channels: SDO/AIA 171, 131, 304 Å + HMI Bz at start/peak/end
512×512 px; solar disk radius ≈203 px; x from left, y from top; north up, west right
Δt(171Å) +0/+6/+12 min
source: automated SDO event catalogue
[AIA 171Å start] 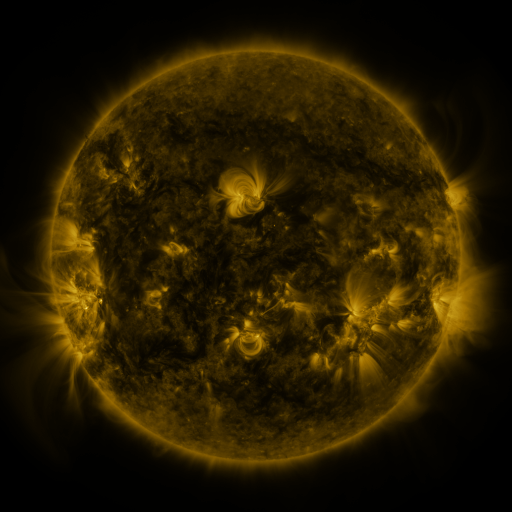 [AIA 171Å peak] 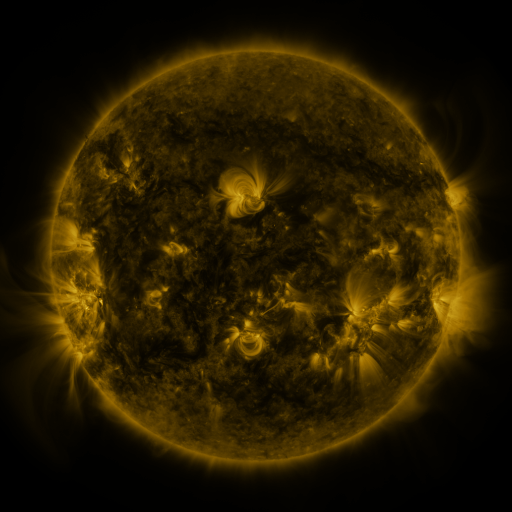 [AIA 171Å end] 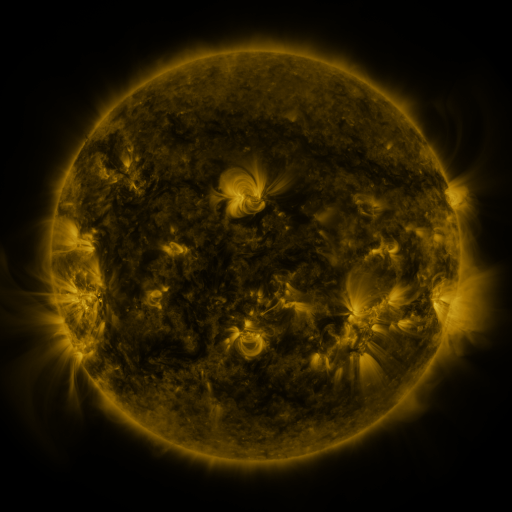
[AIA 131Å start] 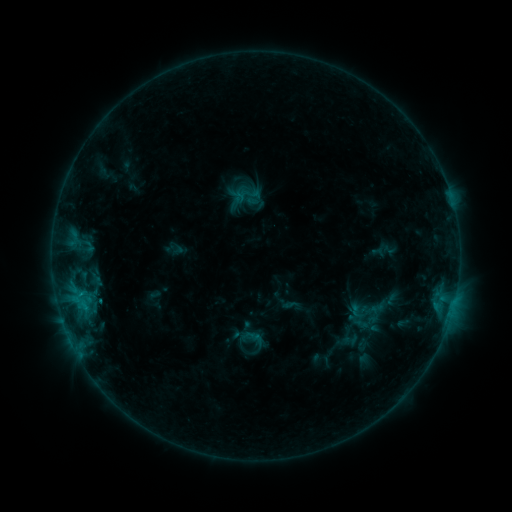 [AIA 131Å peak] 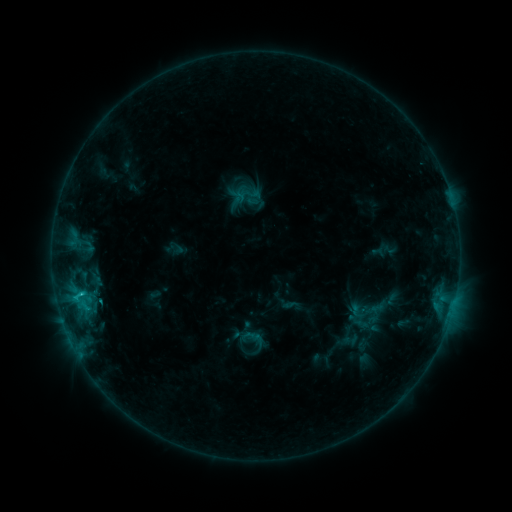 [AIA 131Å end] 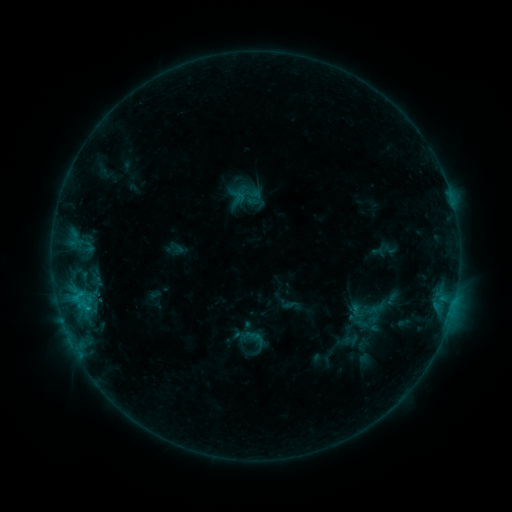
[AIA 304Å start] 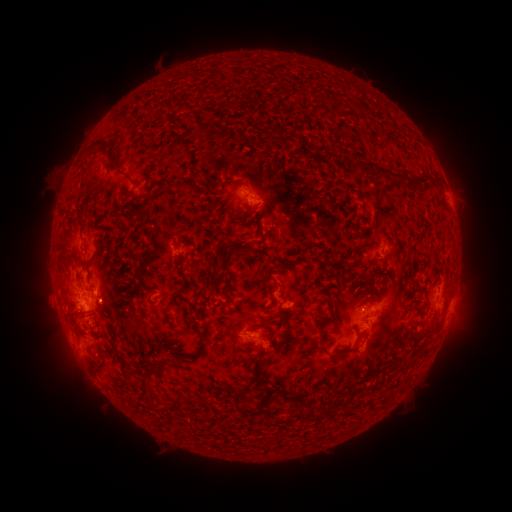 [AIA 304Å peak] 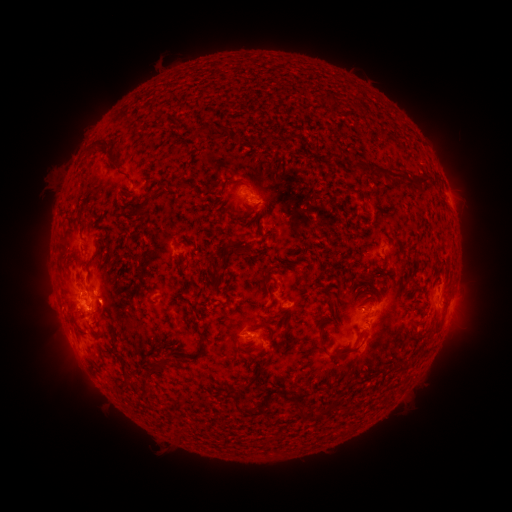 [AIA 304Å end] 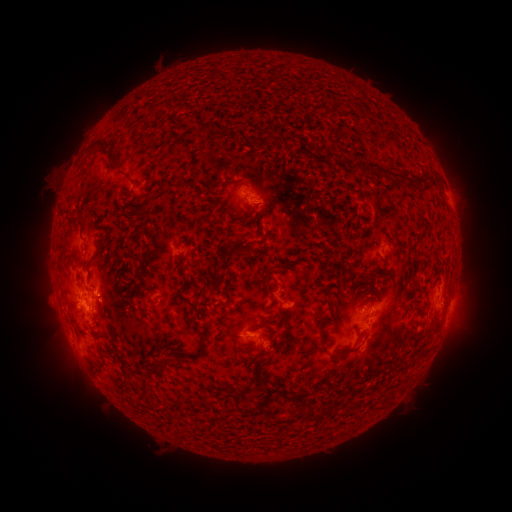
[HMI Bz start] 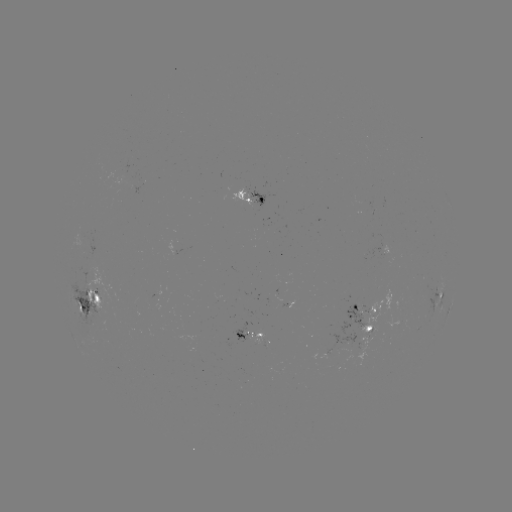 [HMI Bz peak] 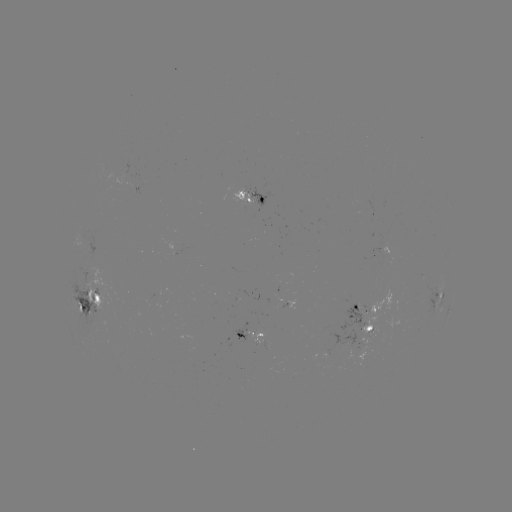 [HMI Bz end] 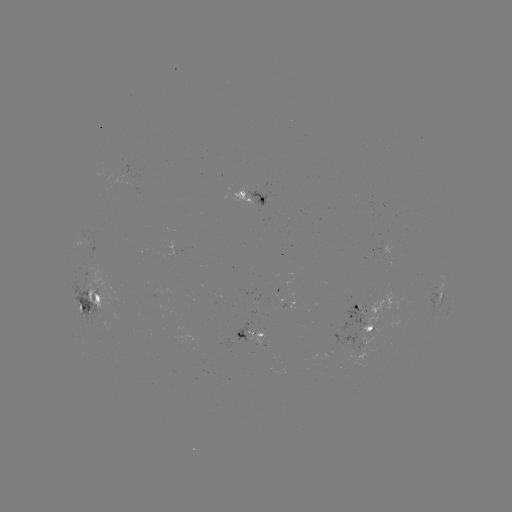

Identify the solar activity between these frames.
C1.0 flare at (83, 291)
